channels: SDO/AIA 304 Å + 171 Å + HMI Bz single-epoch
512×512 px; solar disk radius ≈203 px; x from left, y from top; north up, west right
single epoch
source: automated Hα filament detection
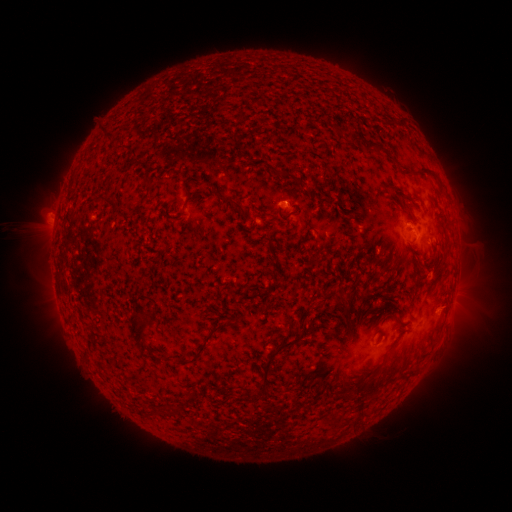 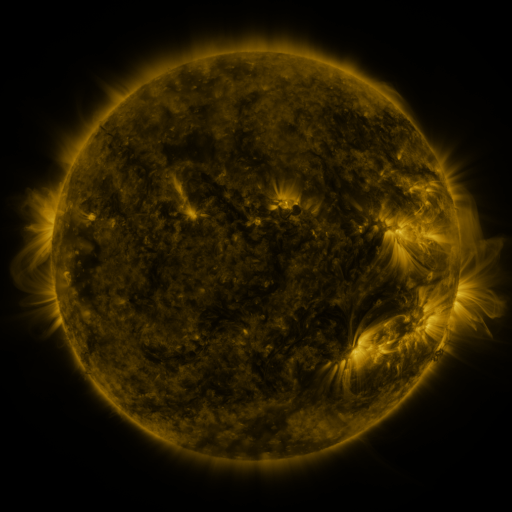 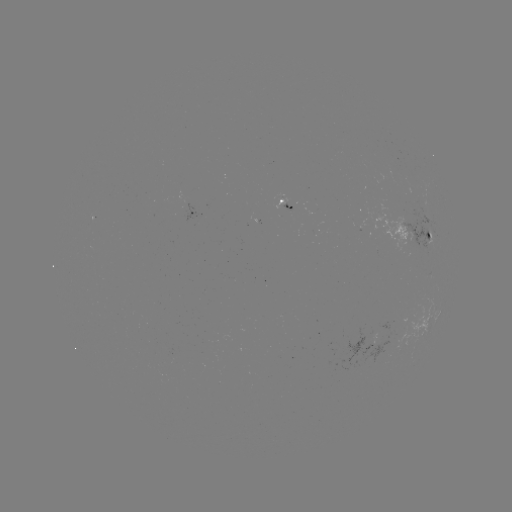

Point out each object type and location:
filament: (101, 126, 116, 138)
filament: (351, 135, 383, 155)
filament: (279, 169, 294, 178)
filament: (182, 189, 192, 210)
filament: (95, 193, 115, 205)
filament: (390, 193, 399, 202)
filament: (222, 195, 244, 212)
filament: (279, 206, 300, 222)
filament: (332, 292, 347, 307)
filament: (295, 309, 308, 325)
filament: (128, 310, 150, 347)
filament: (173, 325, 220, 364)
filament: (255, 334, 293, 396)
filament: (355, 361, 398, 398)
